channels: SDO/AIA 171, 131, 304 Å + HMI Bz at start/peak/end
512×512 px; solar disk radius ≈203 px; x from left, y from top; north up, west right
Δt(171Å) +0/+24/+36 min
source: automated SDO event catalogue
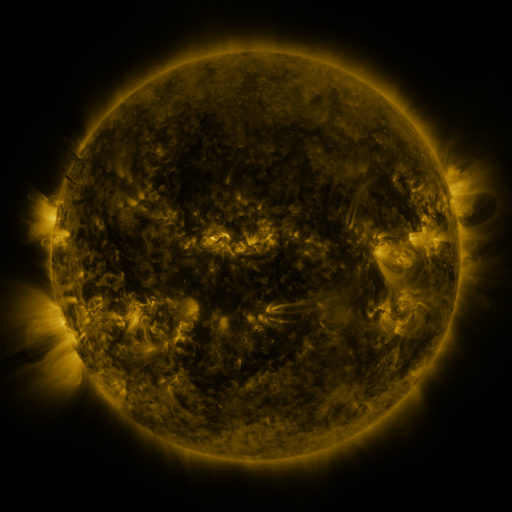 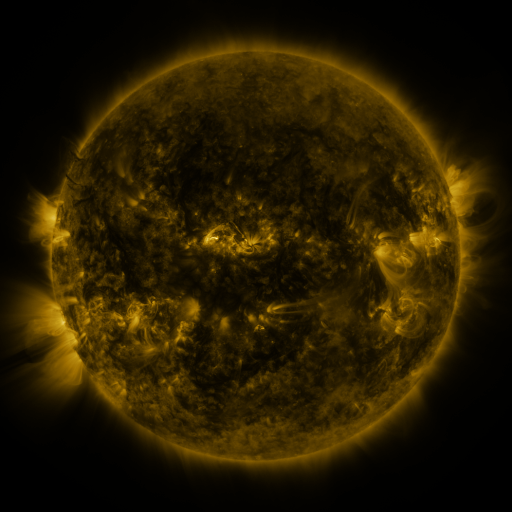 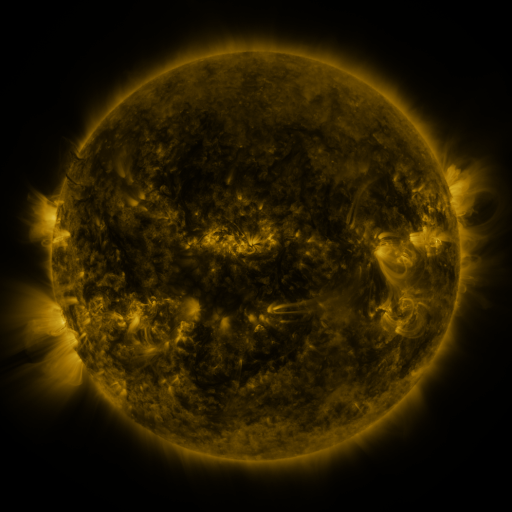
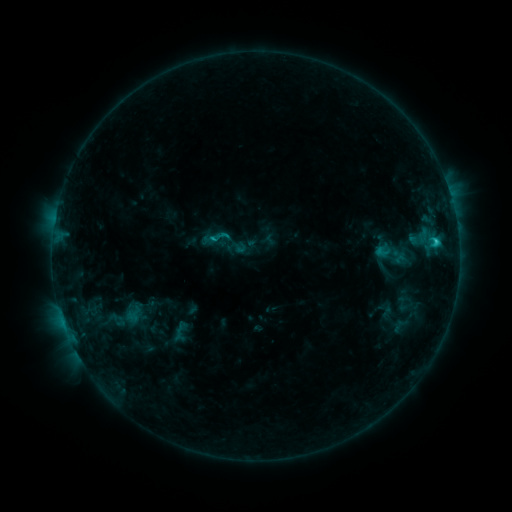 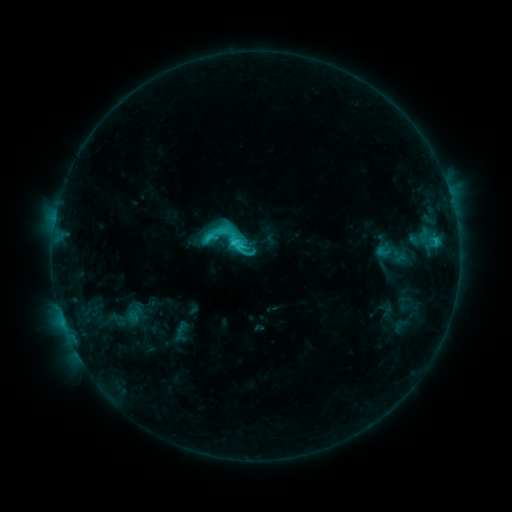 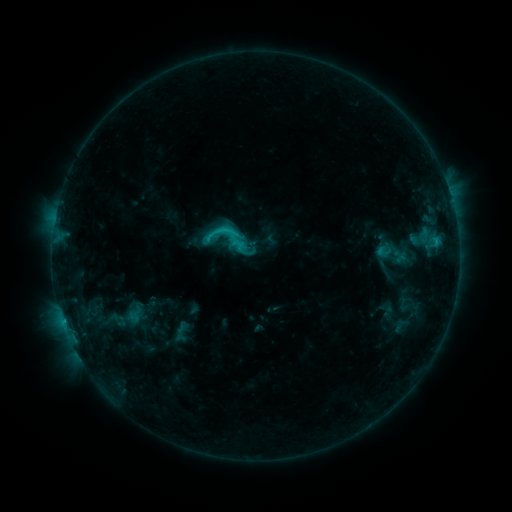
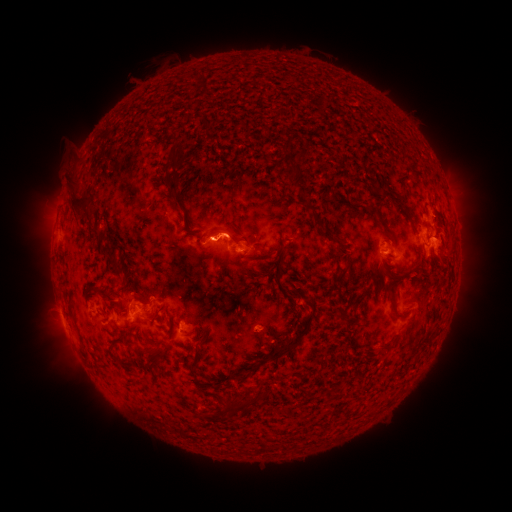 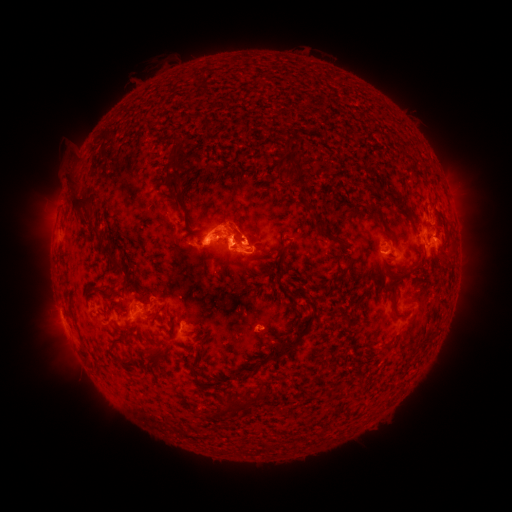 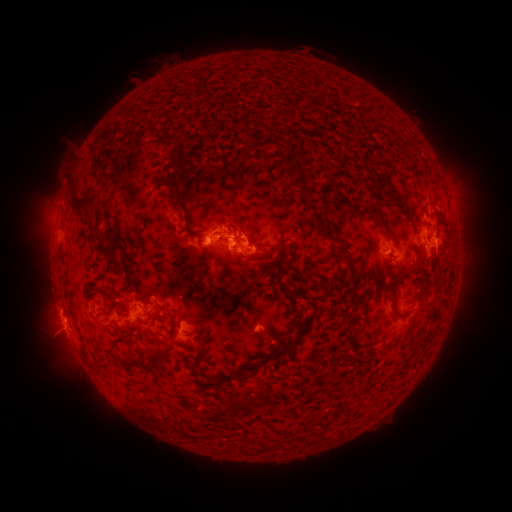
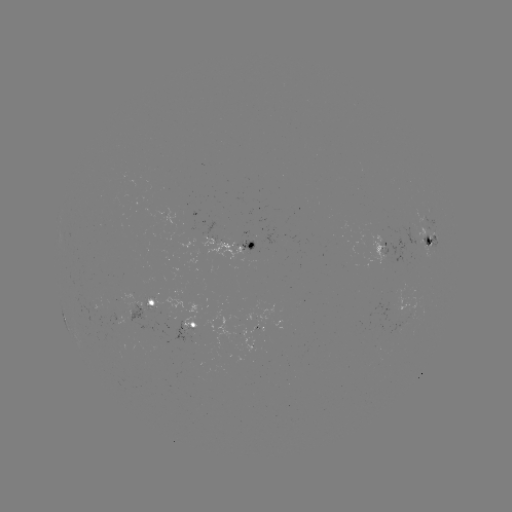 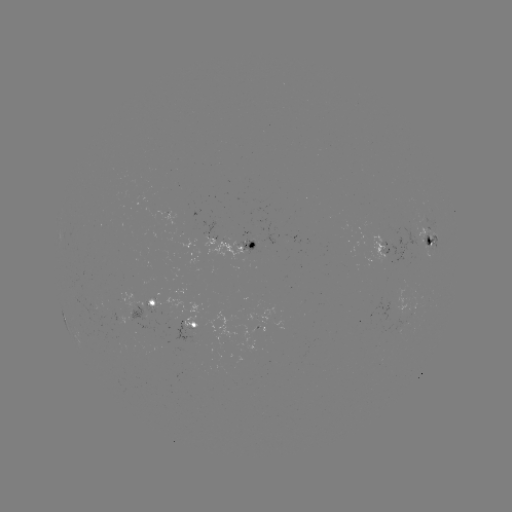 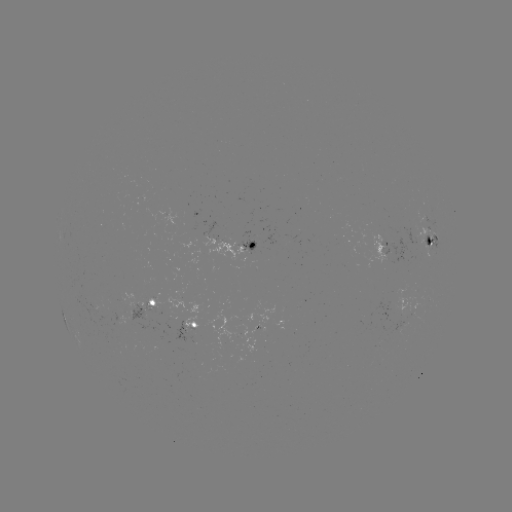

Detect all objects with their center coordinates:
C4.3 flare: (234, 245)
